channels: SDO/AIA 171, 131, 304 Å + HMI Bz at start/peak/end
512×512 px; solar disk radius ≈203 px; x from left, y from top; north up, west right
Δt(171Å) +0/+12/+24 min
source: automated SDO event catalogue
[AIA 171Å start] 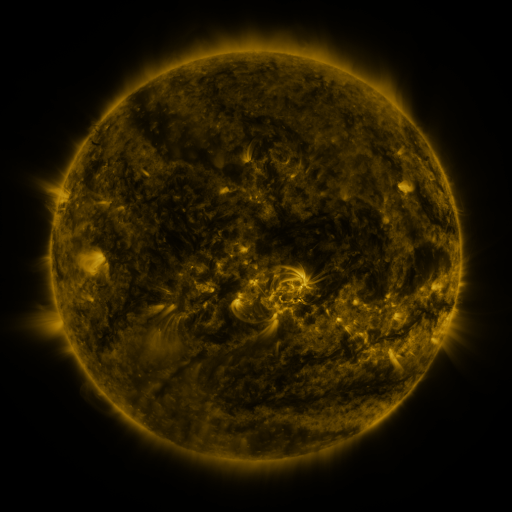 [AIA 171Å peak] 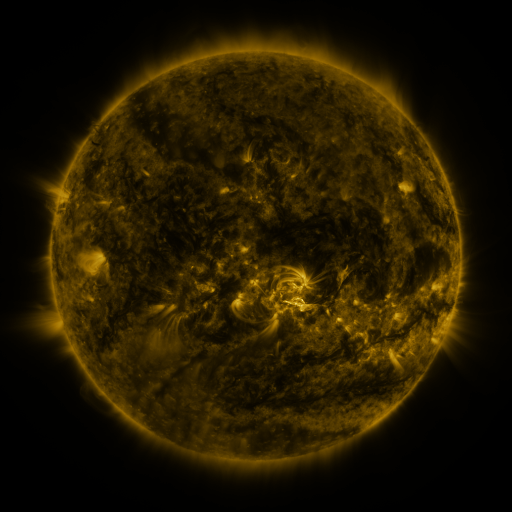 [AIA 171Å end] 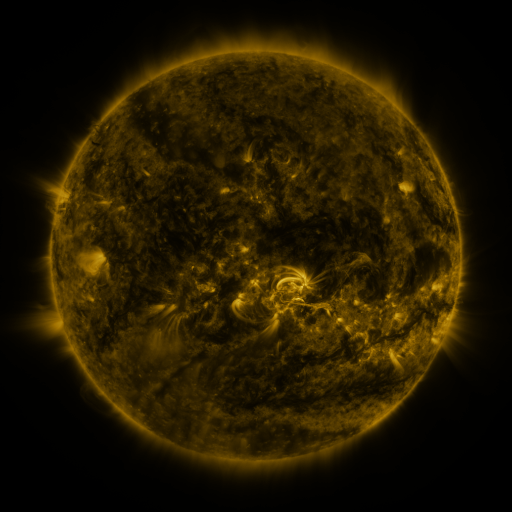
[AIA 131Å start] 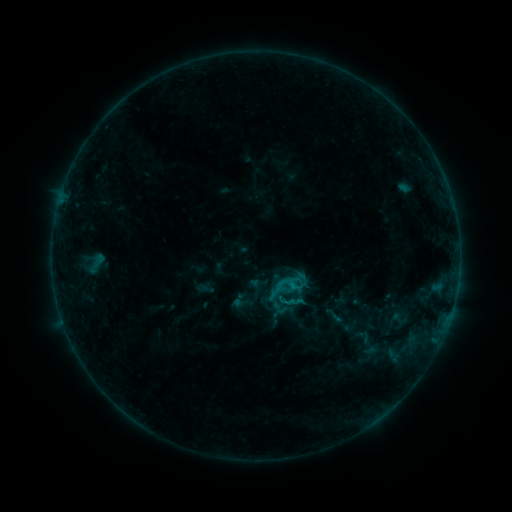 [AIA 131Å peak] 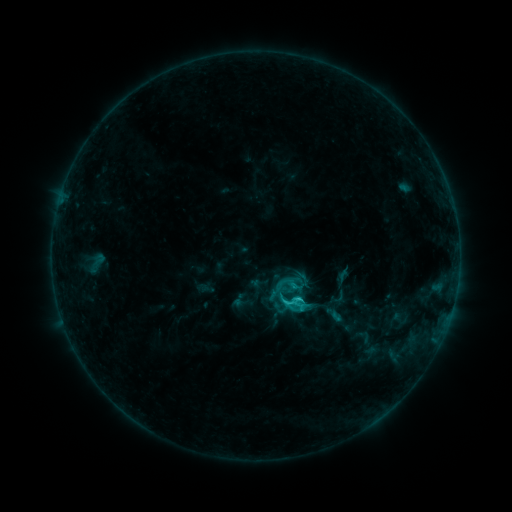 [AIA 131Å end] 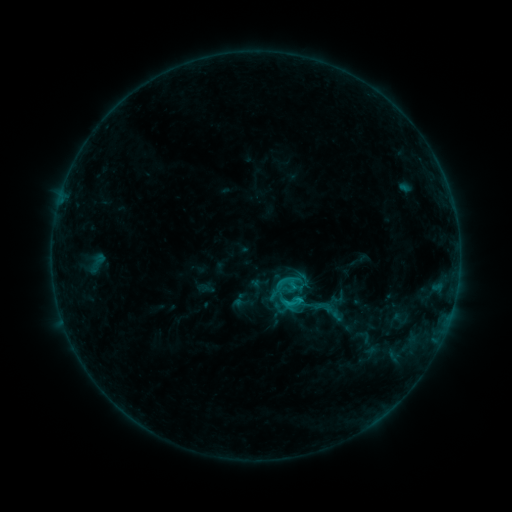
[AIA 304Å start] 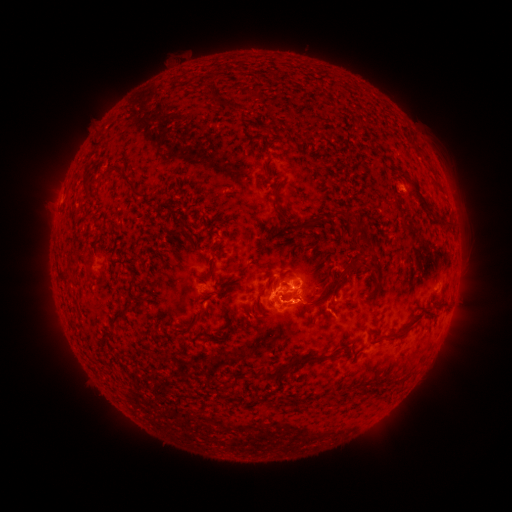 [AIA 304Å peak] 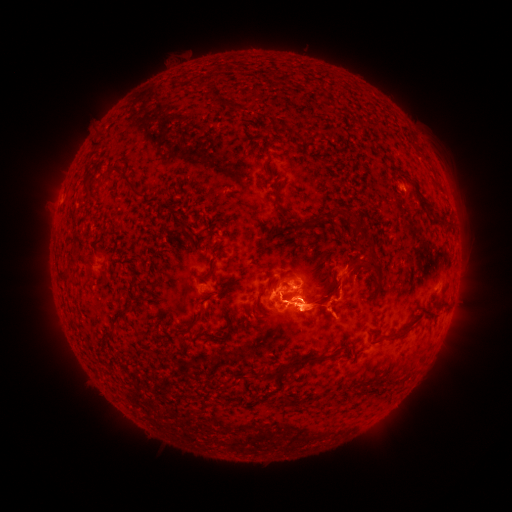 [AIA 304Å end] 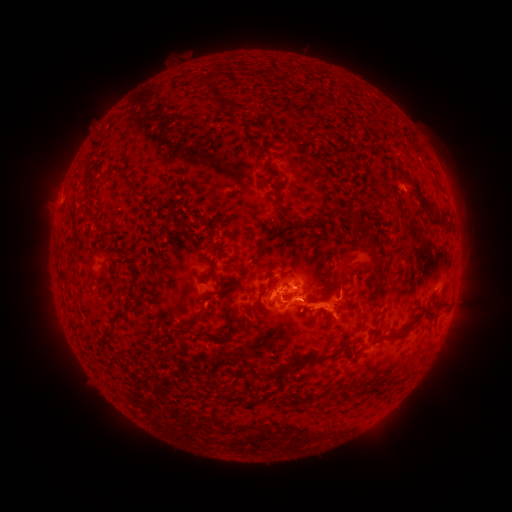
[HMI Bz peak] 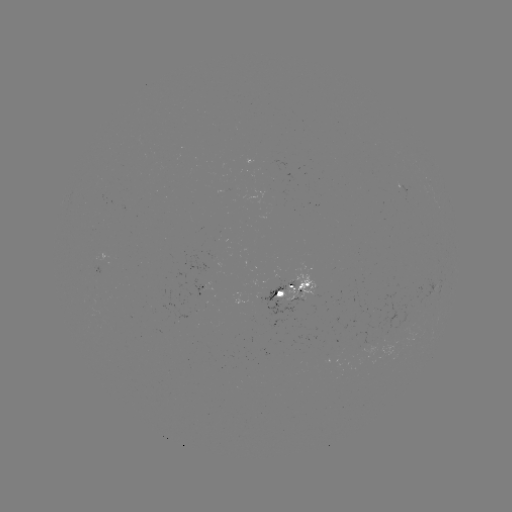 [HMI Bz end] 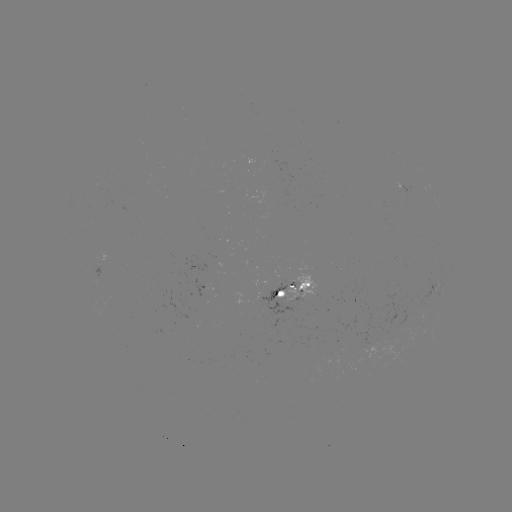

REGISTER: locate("C2.0 flare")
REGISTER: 299,298